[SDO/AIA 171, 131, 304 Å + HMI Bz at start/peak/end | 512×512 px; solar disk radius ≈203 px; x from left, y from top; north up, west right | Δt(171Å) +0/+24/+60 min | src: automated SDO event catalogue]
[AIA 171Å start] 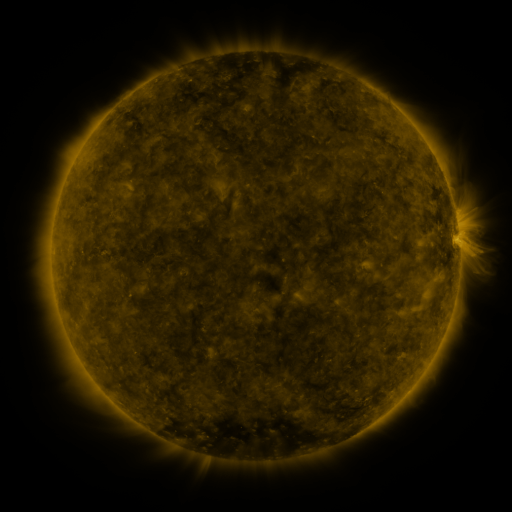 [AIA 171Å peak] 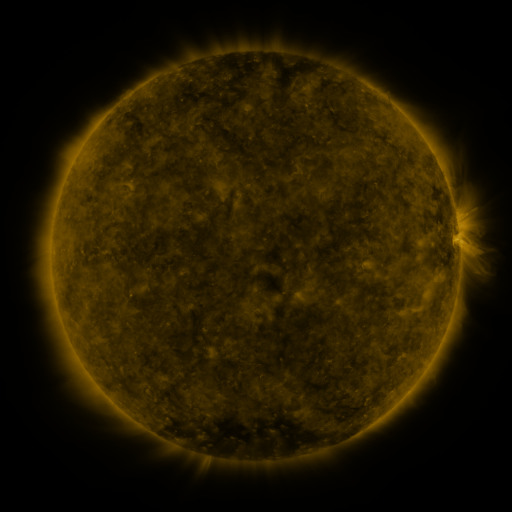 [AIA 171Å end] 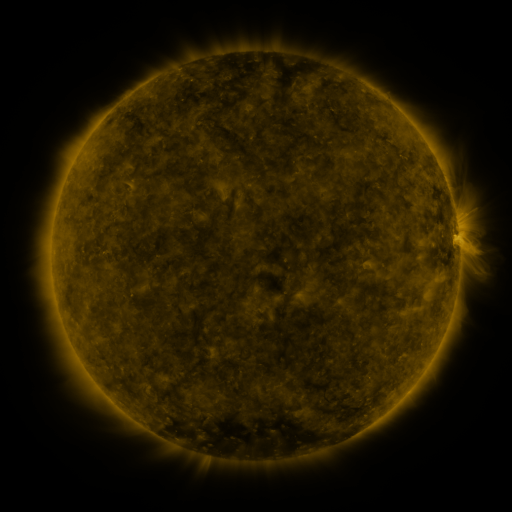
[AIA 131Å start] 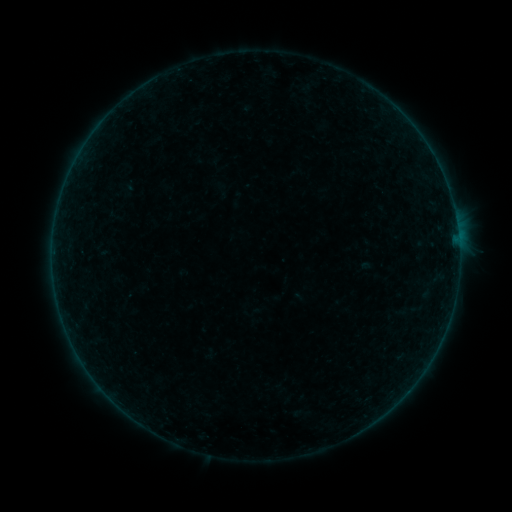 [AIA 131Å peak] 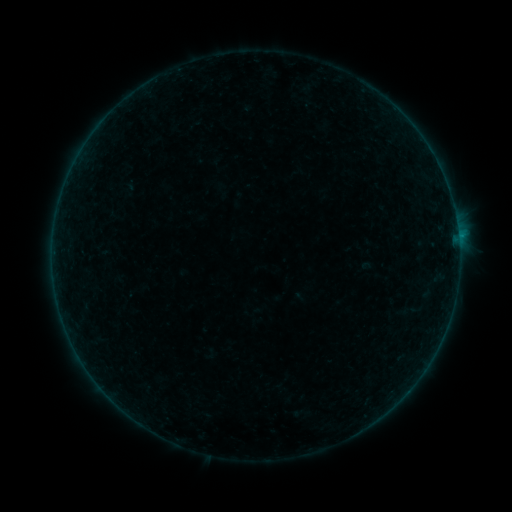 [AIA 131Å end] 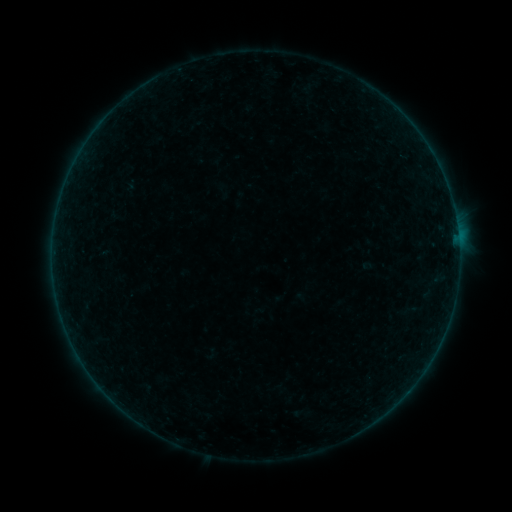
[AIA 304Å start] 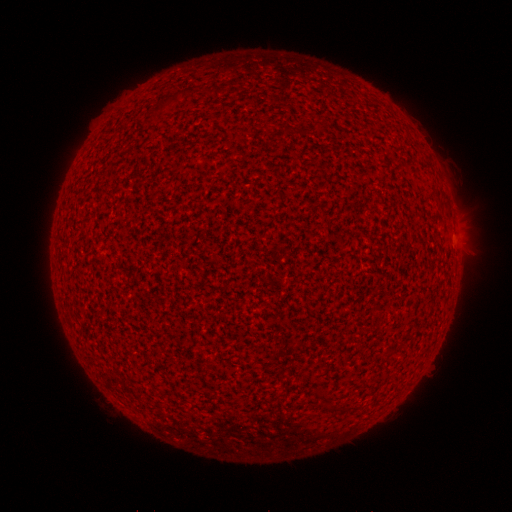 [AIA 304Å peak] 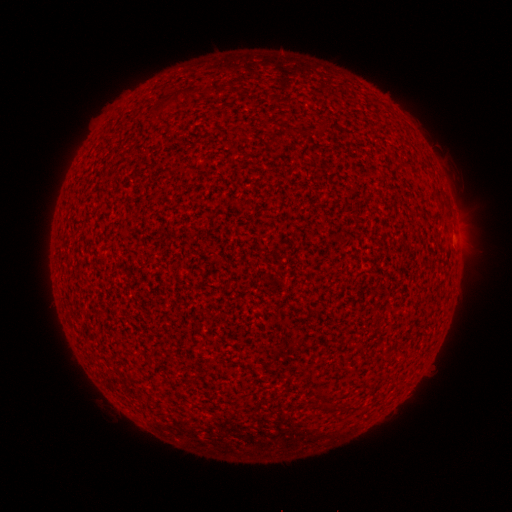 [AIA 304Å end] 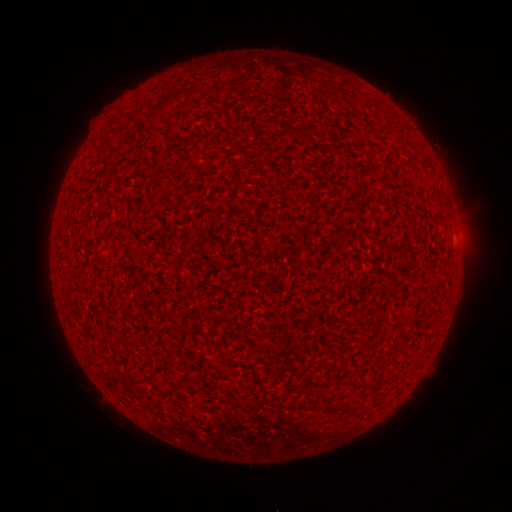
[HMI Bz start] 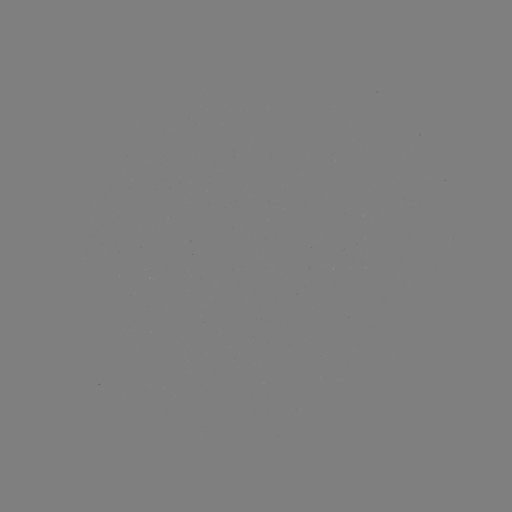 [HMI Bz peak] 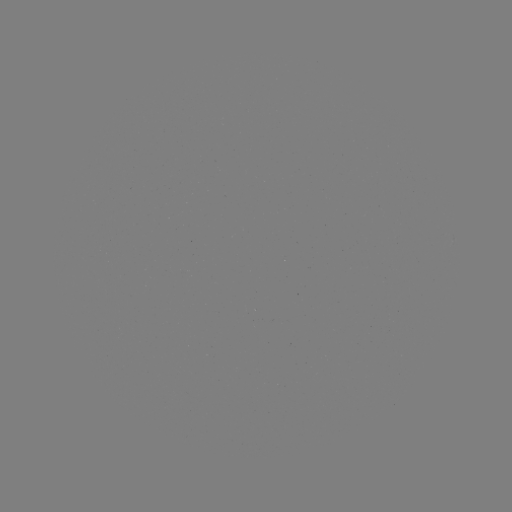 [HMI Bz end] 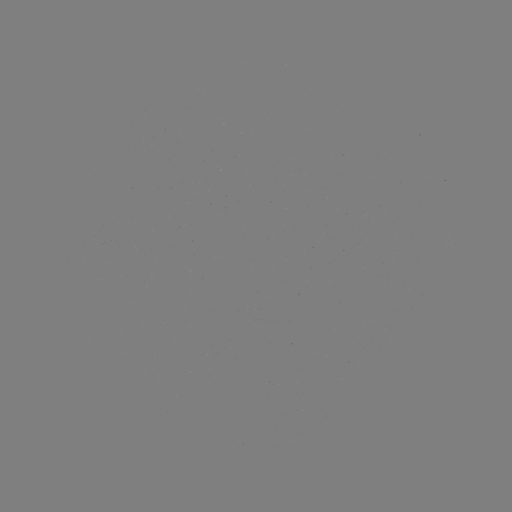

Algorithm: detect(B3.4 flare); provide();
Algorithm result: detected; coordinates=(458, 237)